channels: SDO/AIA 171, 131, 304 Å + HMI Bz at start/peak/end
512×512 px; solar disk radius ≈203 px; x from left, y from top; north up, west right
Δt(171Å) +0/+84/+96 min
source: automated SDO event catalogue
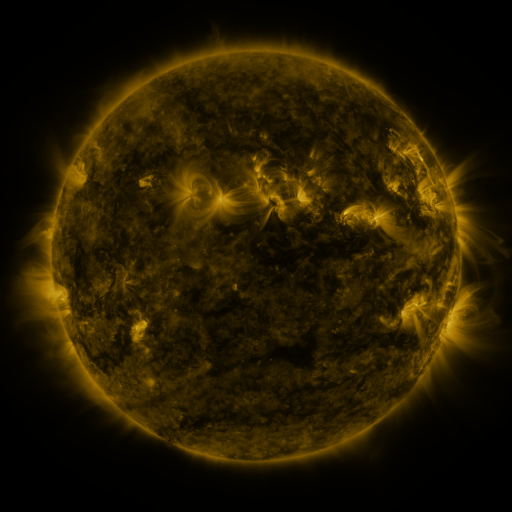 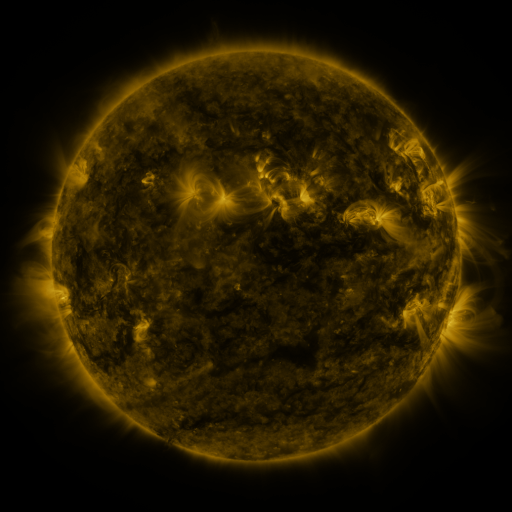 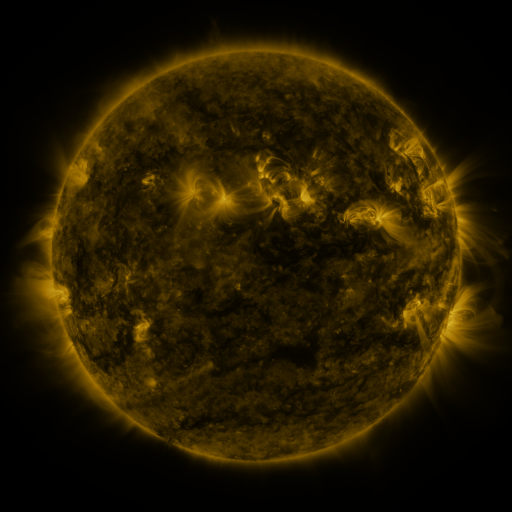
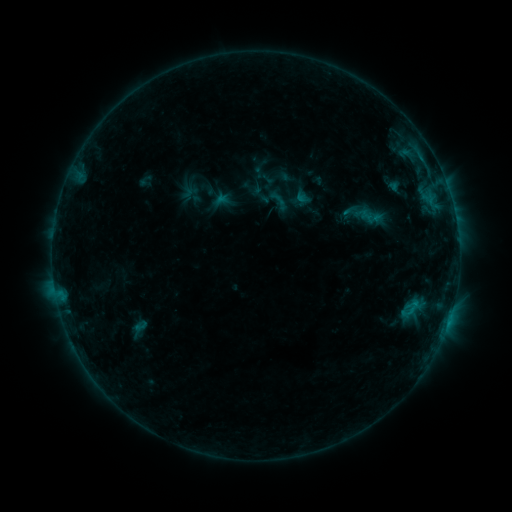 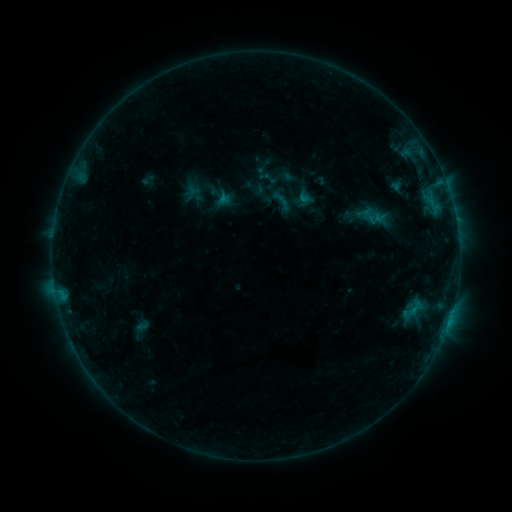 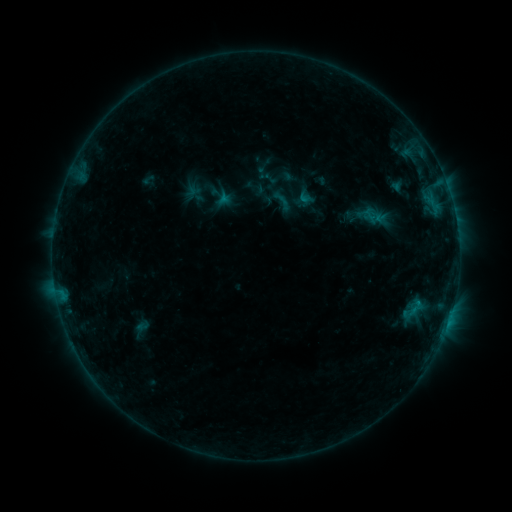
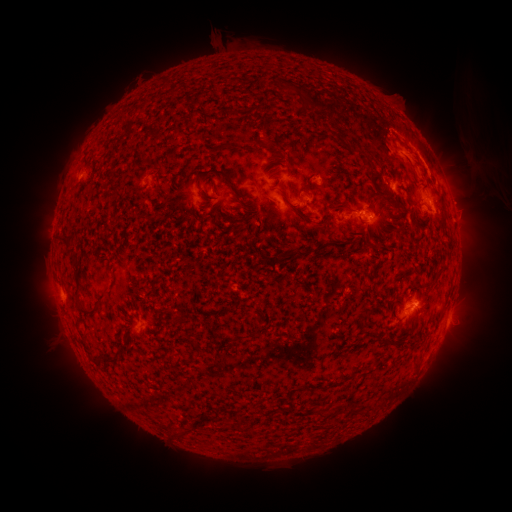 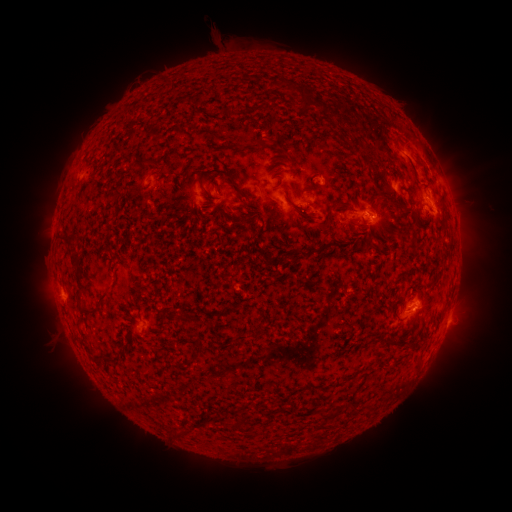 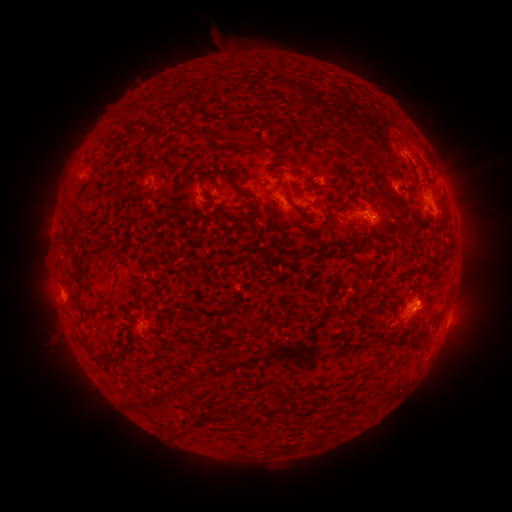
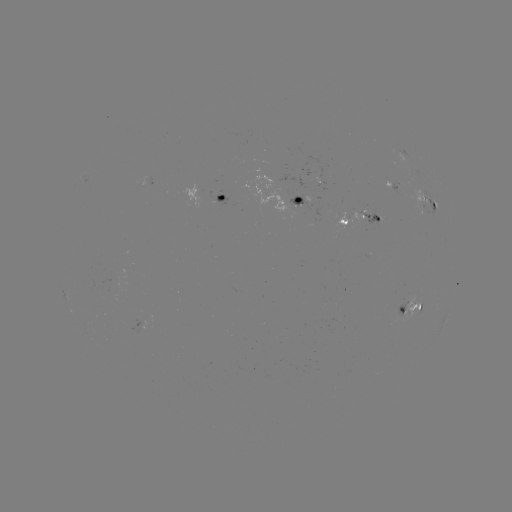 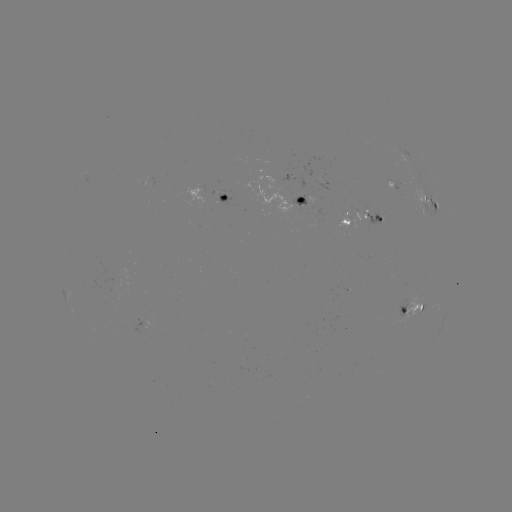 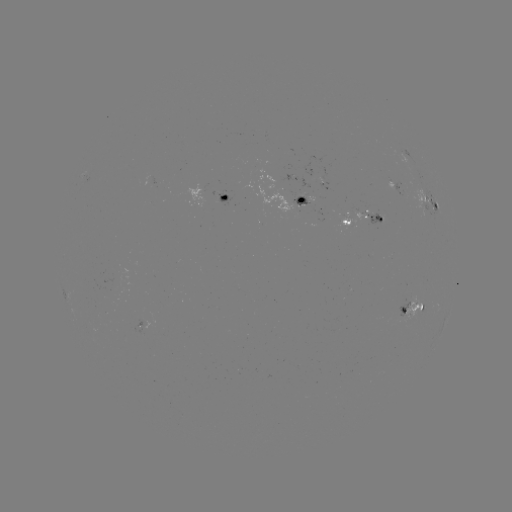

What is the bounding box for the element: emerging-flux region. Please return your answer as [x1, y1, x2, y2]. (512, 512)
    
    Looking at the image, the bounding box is [292, 194, 306, 205].